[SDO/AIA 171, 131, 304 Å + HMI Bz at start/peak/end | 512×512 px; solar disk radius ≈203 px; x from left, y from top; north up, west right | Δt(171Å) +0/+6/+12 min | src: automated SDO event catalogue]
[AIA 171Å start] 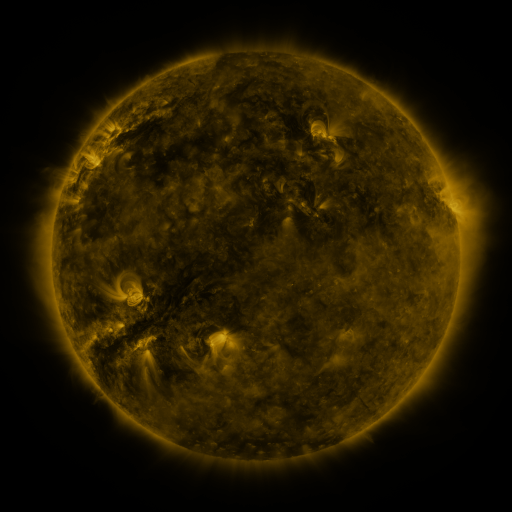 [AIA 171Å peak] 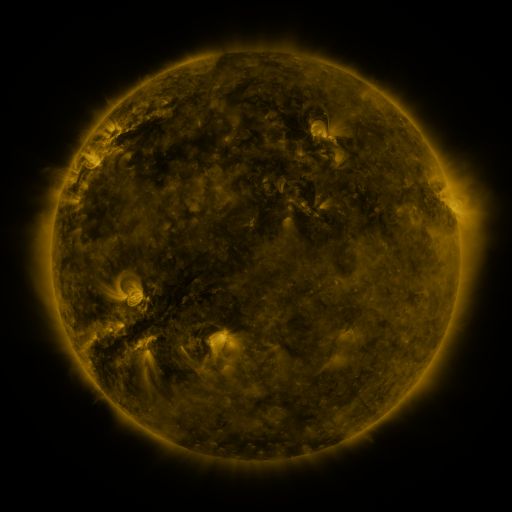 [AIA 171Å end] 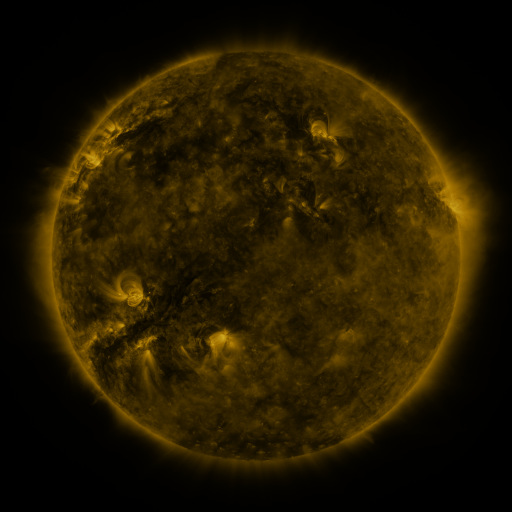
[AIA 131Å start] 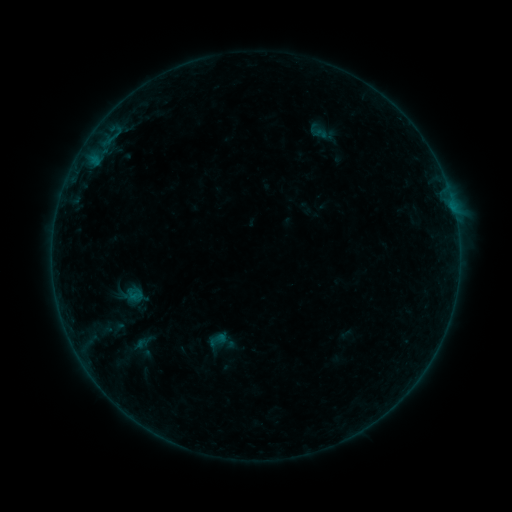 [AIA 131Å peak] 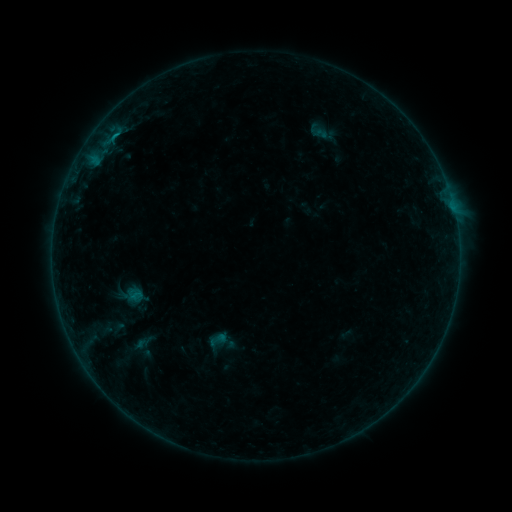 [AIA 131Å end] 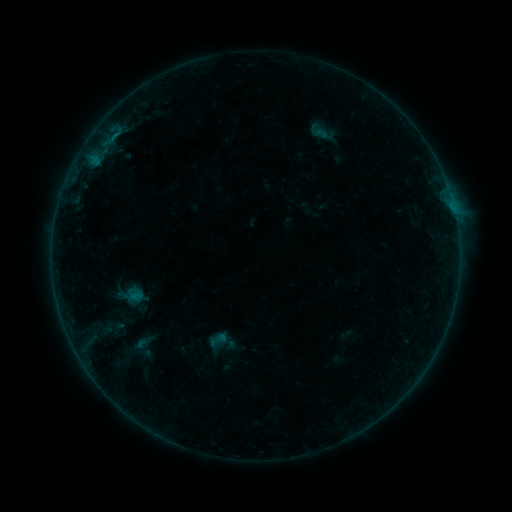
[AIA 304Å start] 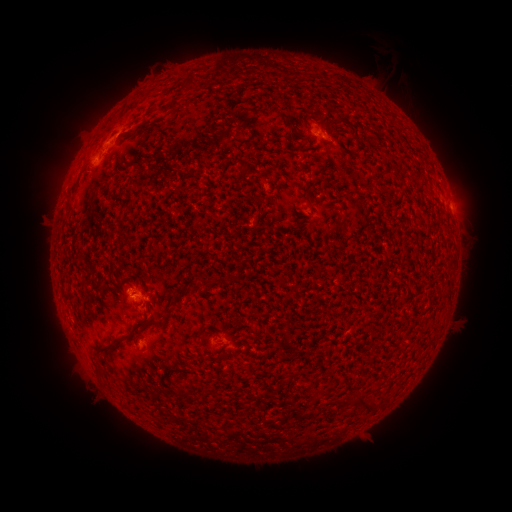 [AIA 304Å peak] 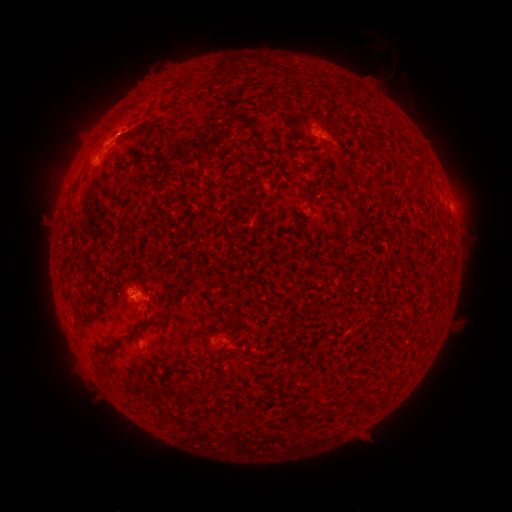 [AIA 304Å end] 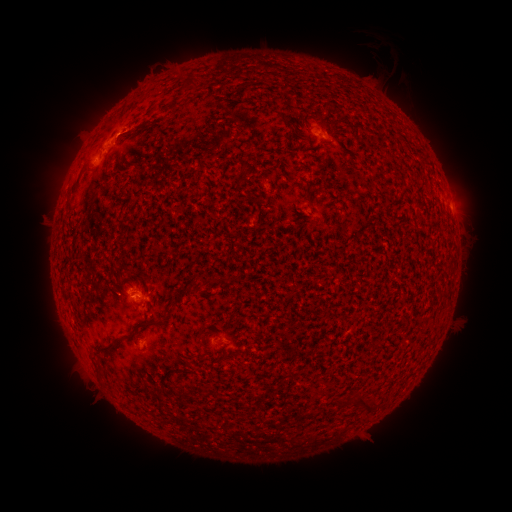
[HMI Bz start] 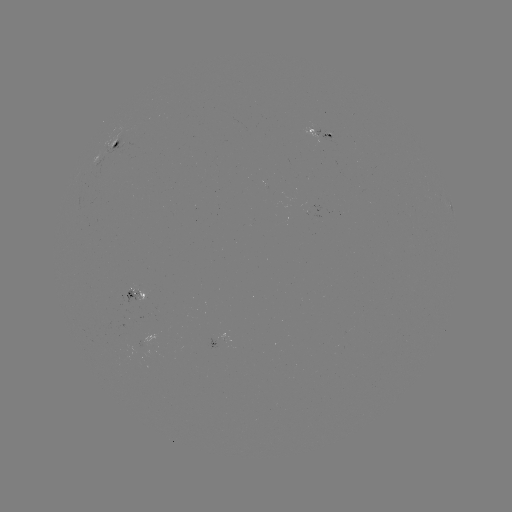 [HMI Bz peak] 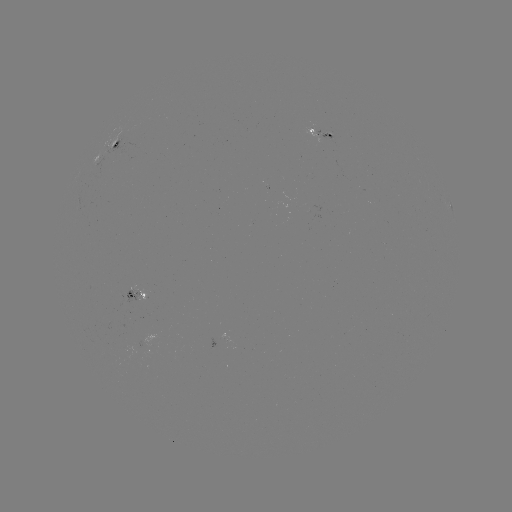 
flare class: B3.1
